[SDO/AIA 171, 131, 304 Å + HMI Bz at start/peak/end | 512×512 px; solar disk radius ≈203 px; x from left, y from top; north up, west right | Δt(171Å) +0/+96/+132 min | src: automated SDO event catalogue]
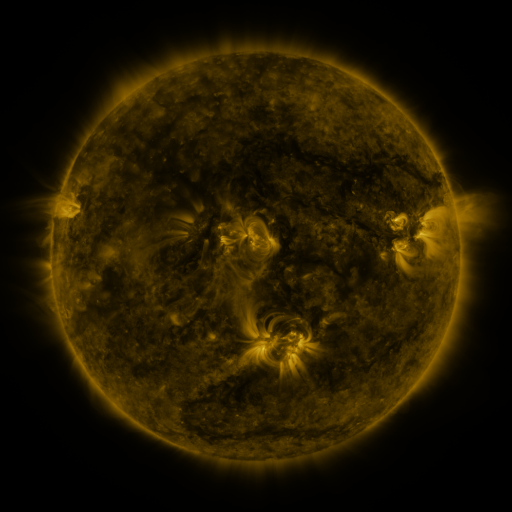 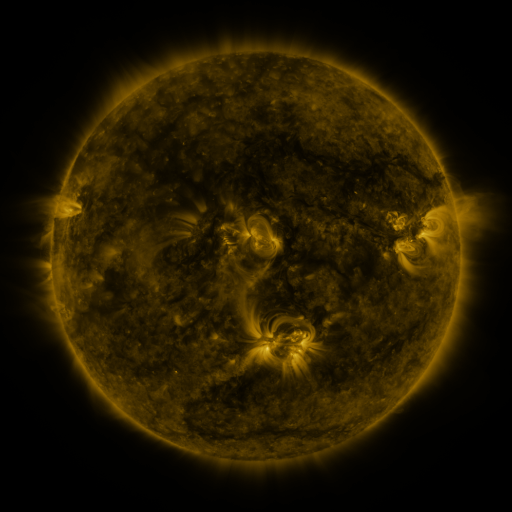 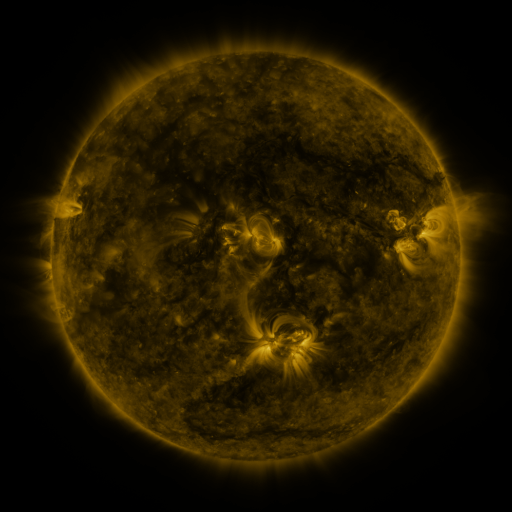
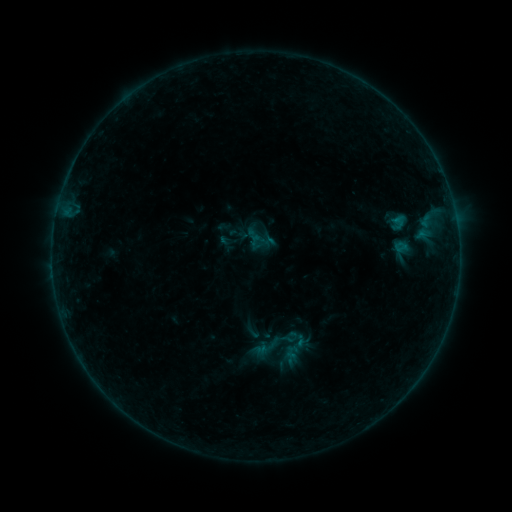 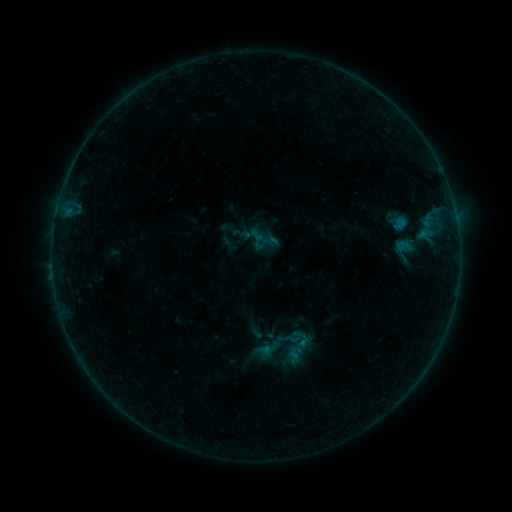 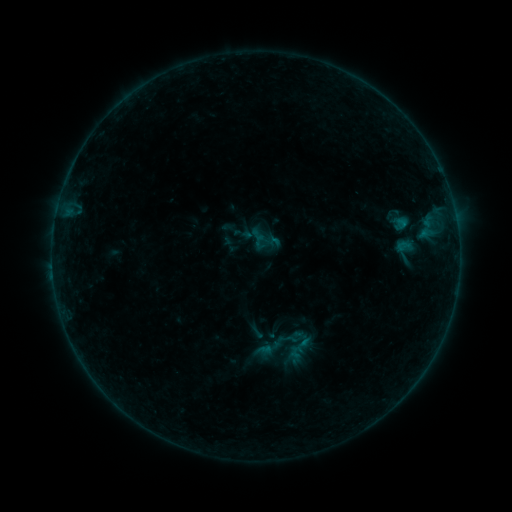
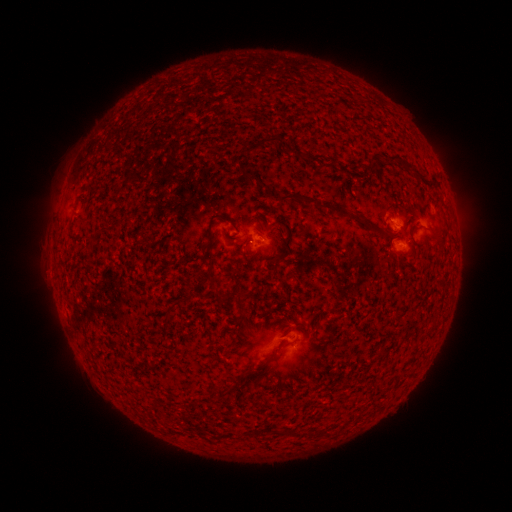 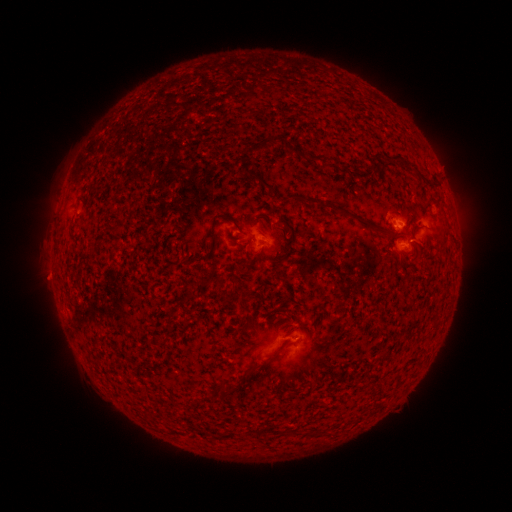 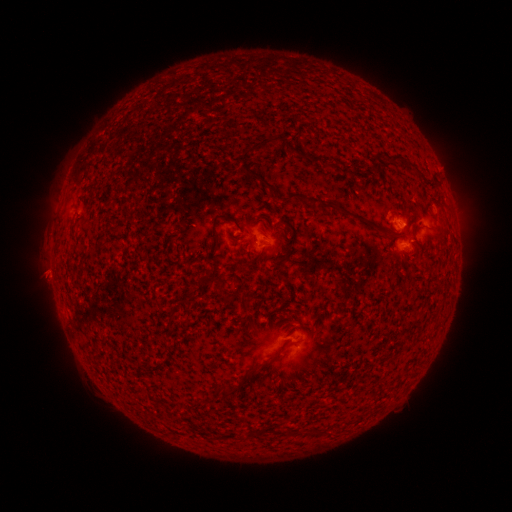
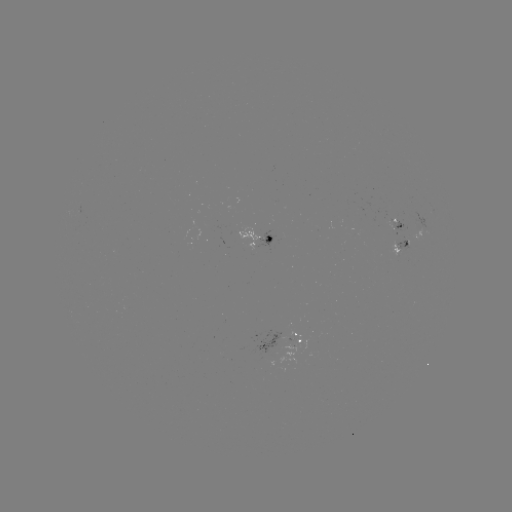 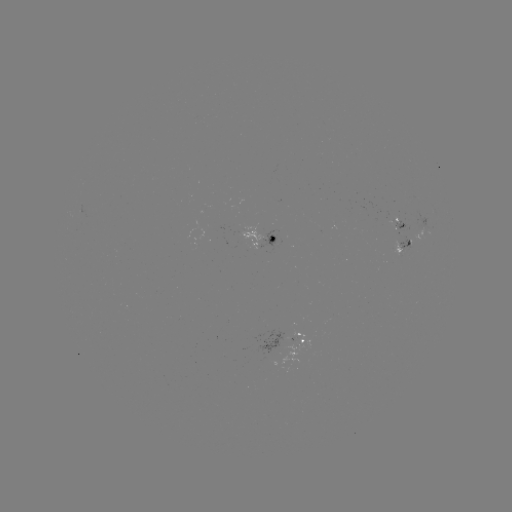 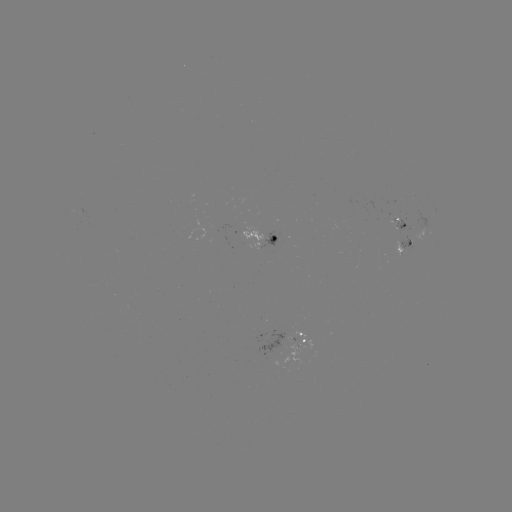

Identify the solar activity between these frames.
emerging-flux region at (399, 252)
